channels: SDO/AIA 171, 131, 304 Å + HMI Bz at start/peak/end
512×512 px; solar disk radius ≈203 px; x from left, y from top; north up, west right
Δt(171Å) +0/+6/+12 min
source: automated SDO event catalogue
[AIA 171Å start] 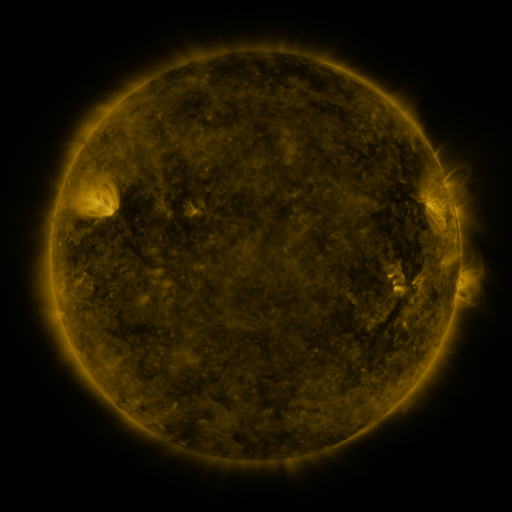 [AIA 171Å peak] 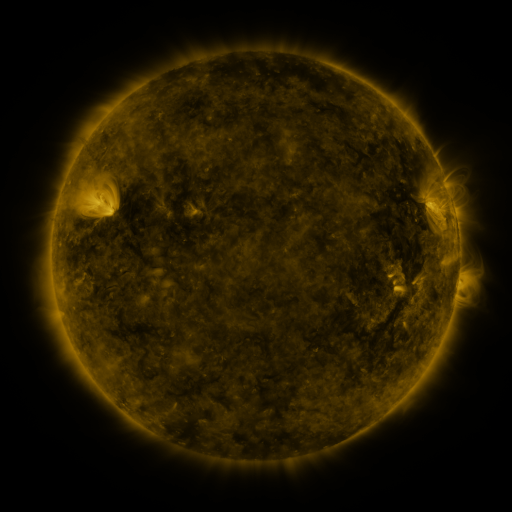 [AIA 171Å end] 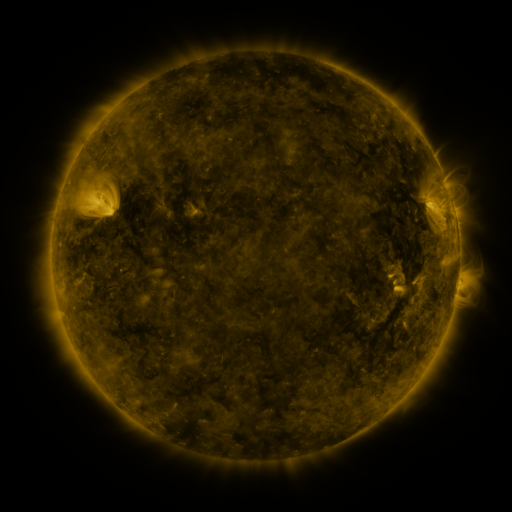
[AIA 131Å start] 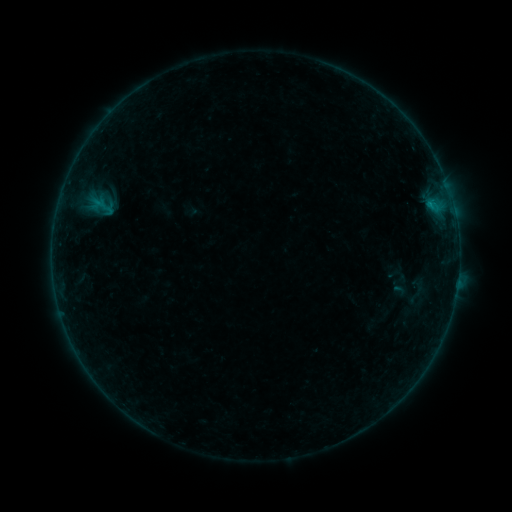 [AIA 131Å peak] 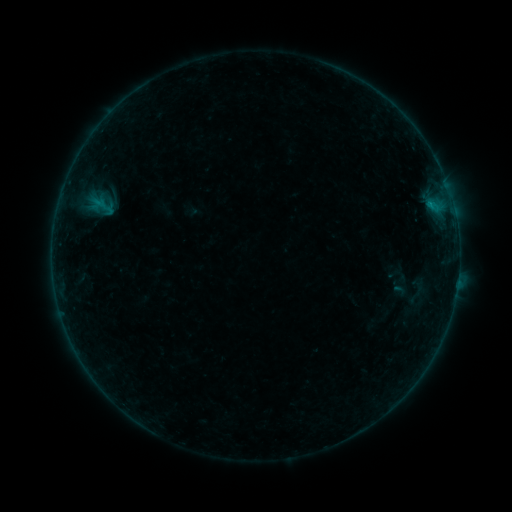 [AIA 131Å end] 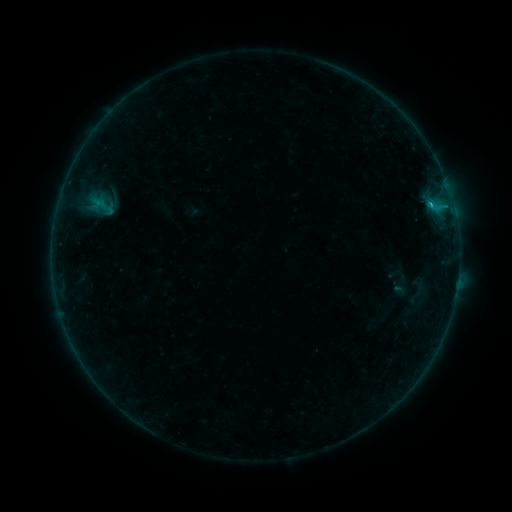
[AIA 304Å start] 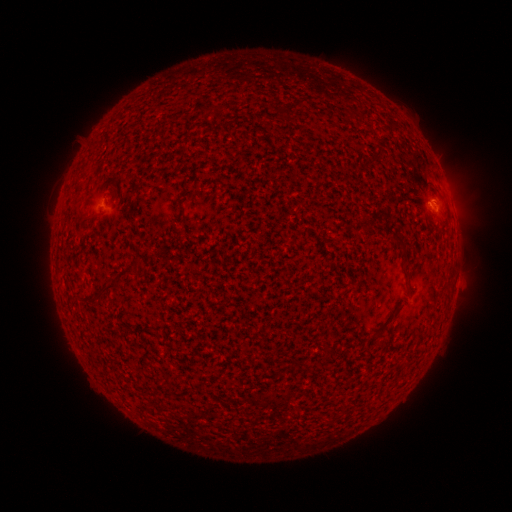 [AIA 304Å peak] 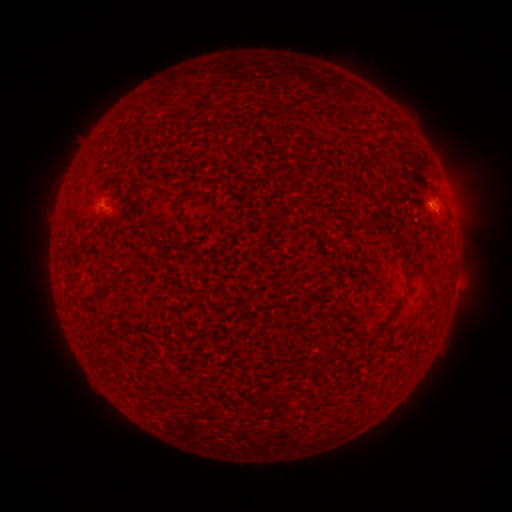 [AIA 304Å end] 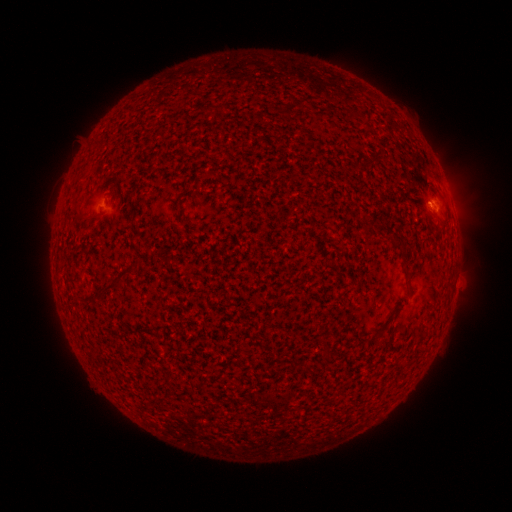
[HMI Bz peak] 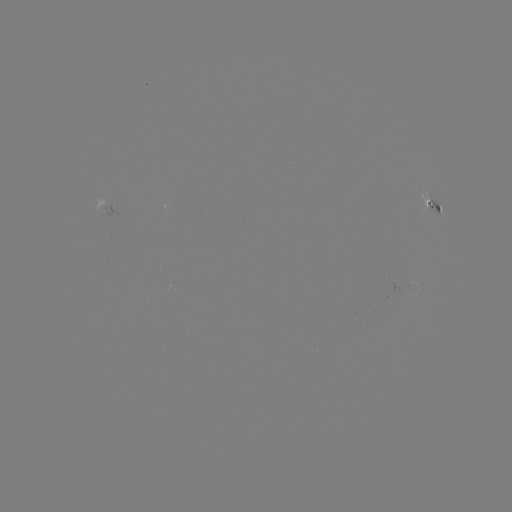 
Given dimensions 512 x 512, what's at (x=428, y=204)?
B8.0 flare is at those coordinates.